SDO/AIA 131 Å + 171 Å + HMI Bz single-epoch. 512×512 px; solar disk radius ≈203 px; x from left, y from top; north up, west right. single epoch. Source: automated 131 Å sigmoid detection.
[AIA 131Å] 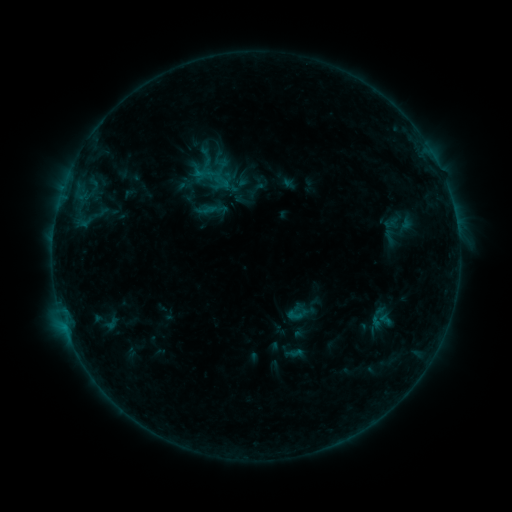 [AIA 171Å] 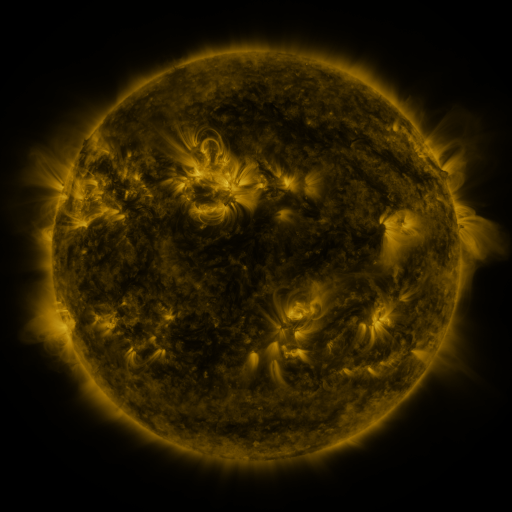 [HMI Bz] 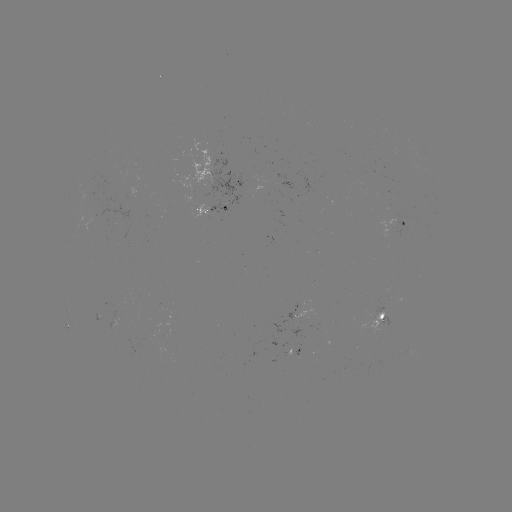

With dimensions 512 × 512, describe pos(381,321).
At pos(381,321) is sigmoid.